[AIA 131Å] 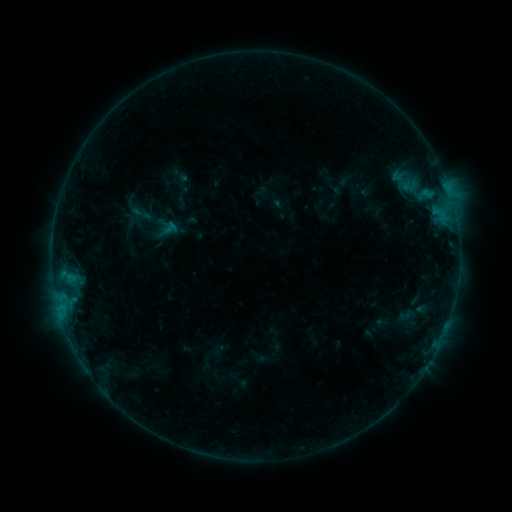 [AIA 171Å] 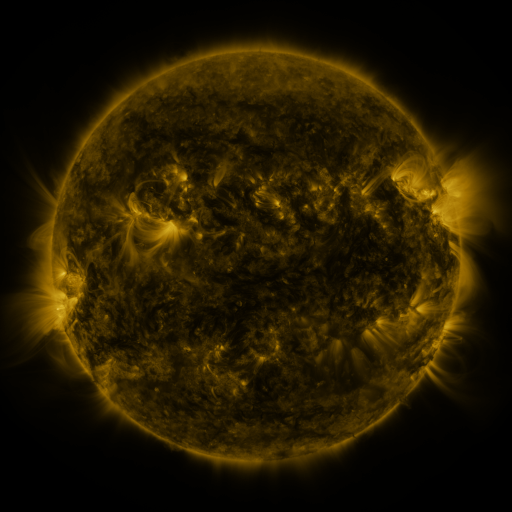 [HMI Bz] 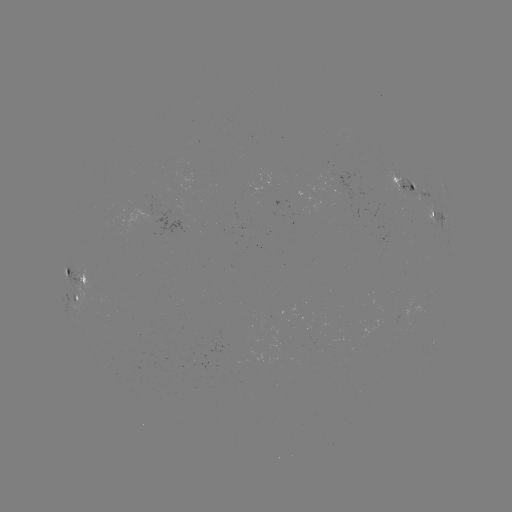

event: sigmoid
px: (141, 213)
